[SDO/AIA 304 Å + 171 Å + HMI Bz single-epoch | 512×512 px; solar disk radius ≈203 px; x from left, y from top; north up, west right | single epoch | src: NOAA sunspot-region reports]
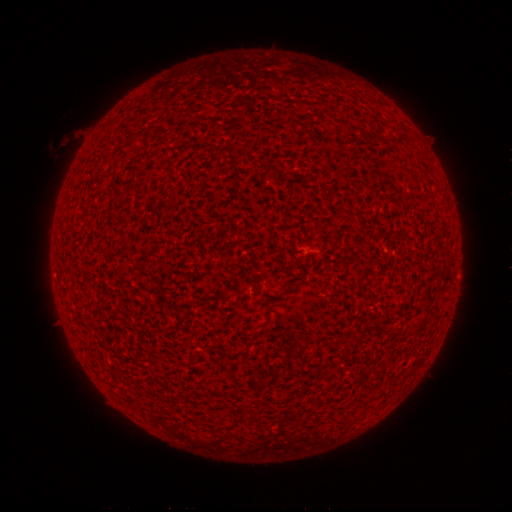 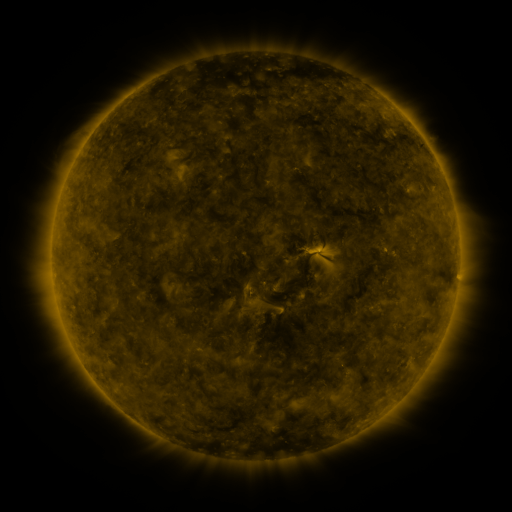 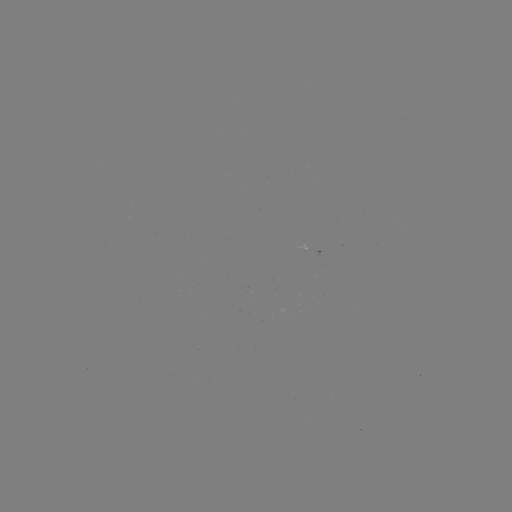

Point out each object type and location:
spotted active region: (312, 248)
